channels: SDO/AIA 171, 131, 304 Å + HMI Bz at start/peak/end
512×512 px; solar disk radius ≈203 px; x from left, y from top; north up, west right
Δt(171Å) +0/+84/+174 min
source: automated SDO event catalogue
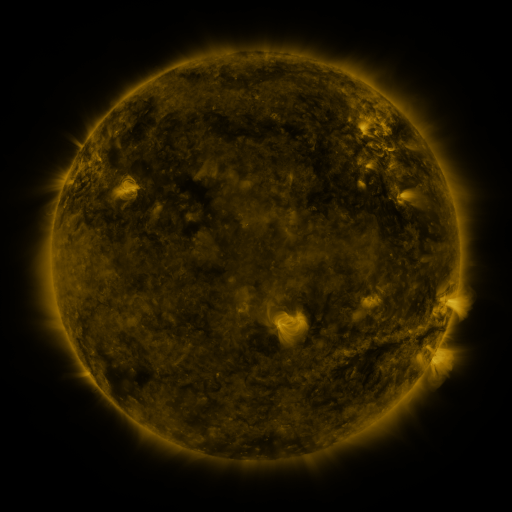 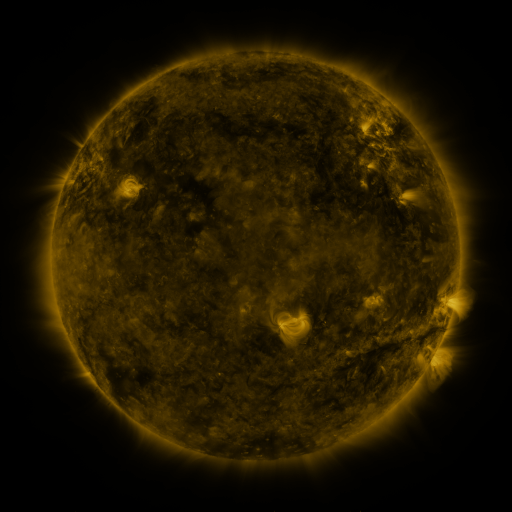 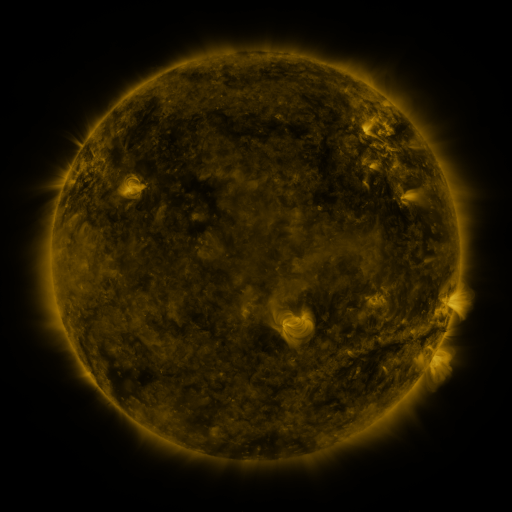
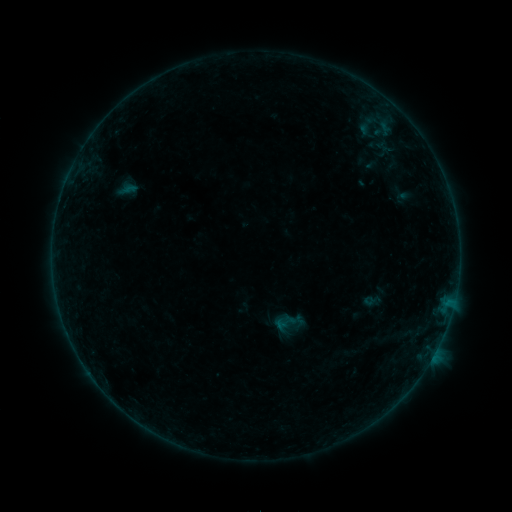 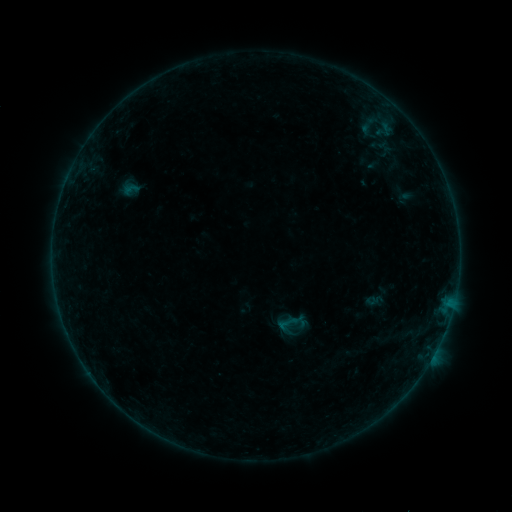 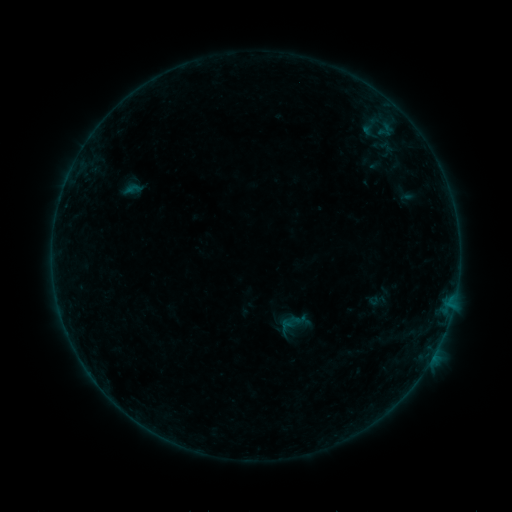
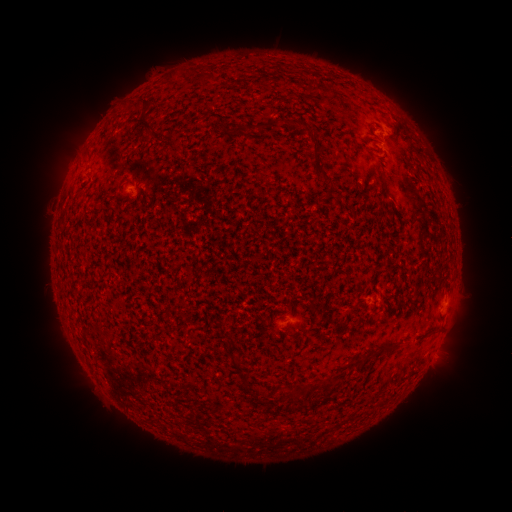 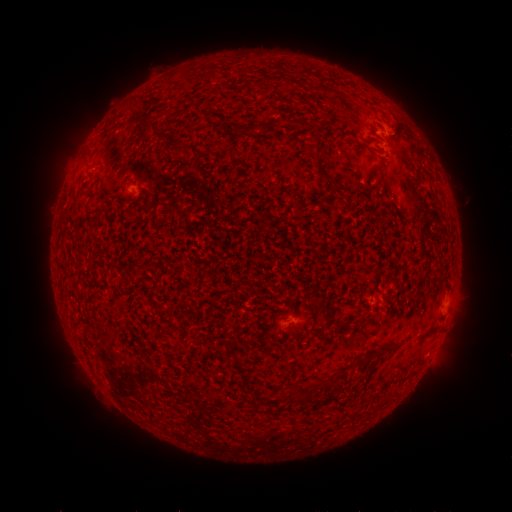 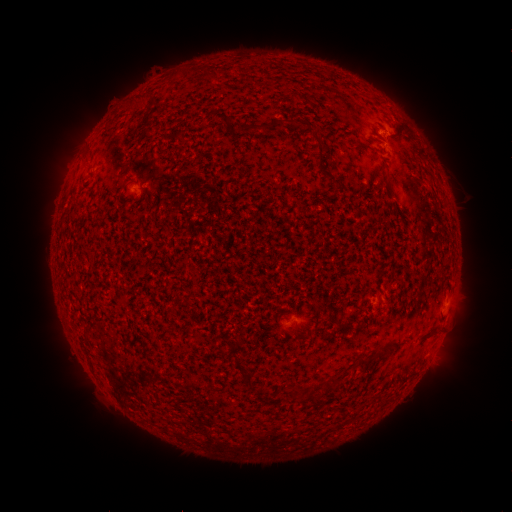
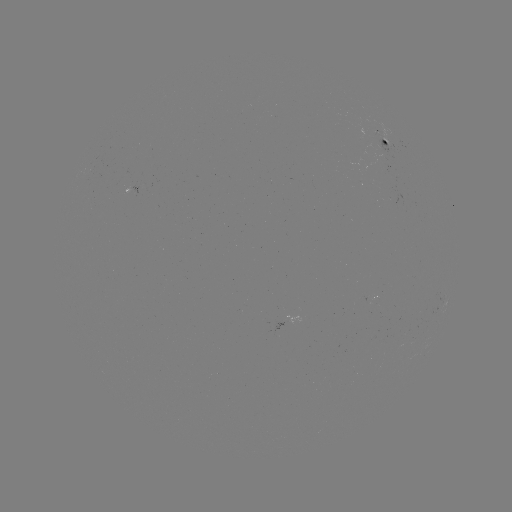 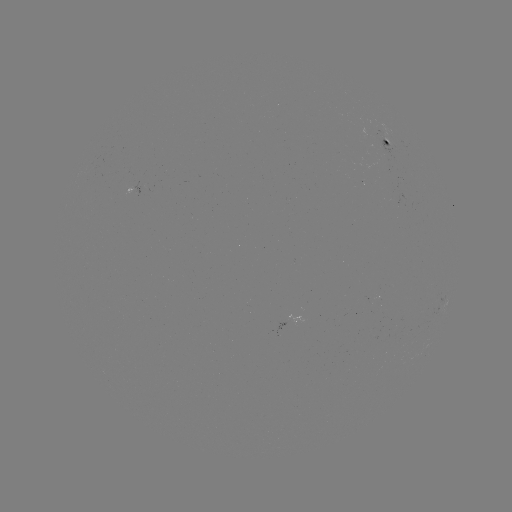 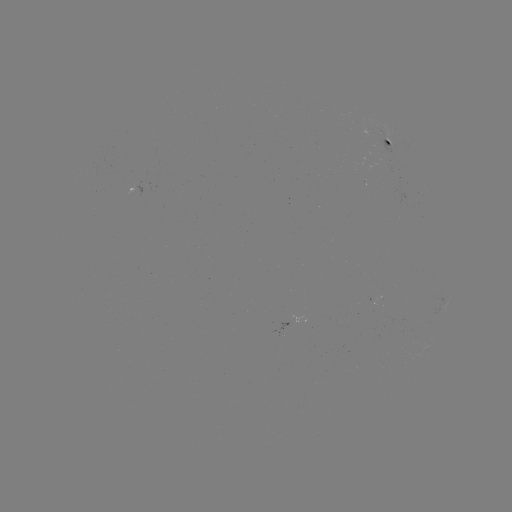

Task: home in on filament eruption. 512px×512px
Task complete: [101, 129].